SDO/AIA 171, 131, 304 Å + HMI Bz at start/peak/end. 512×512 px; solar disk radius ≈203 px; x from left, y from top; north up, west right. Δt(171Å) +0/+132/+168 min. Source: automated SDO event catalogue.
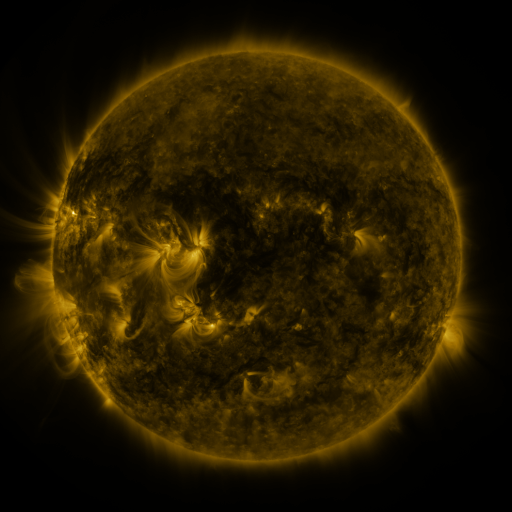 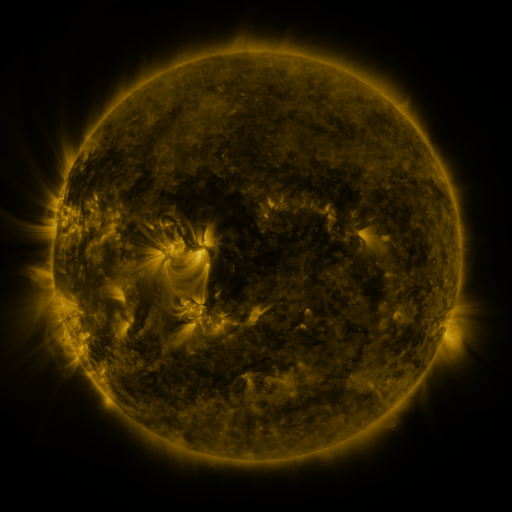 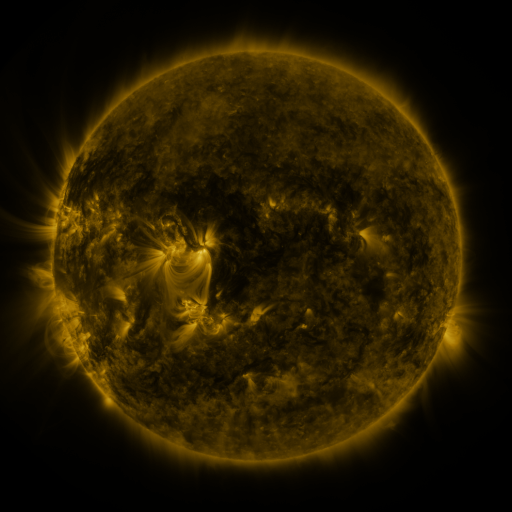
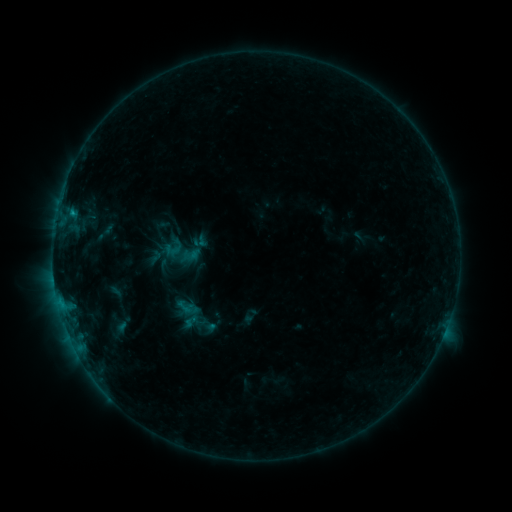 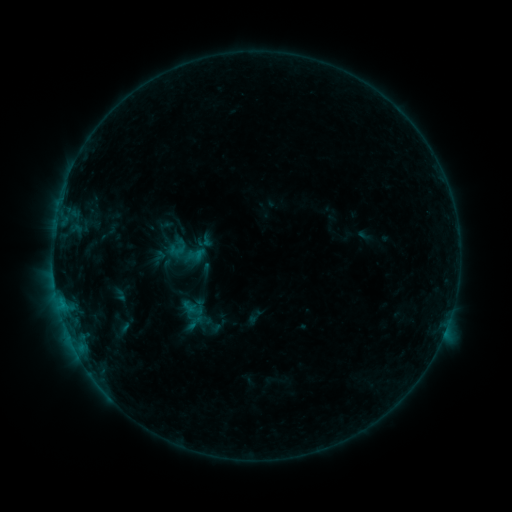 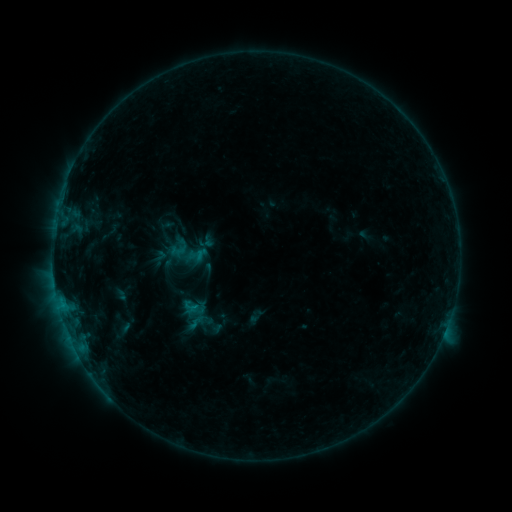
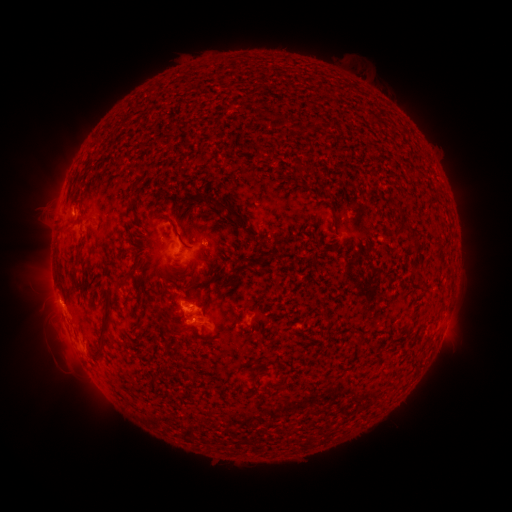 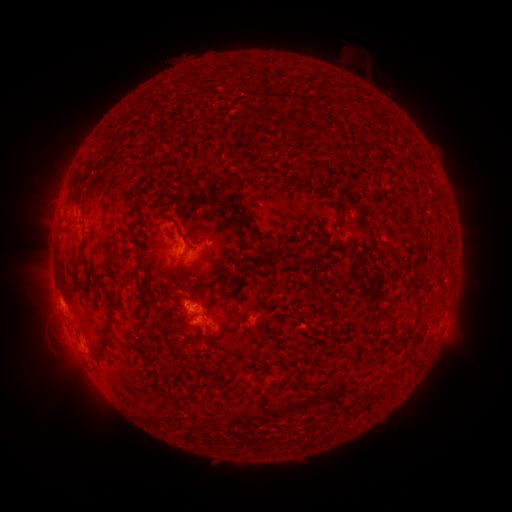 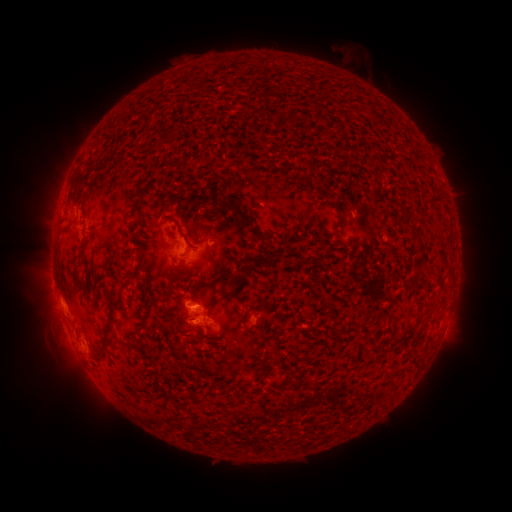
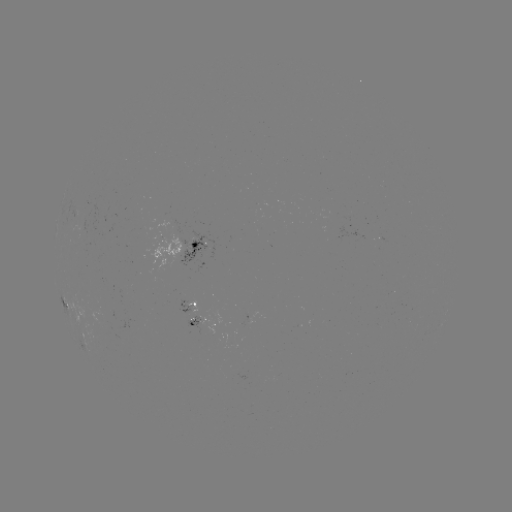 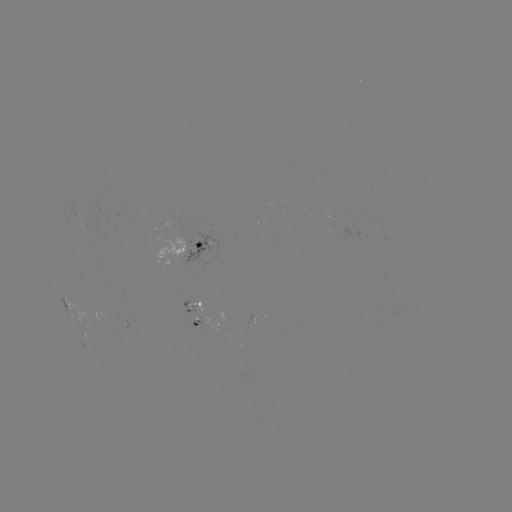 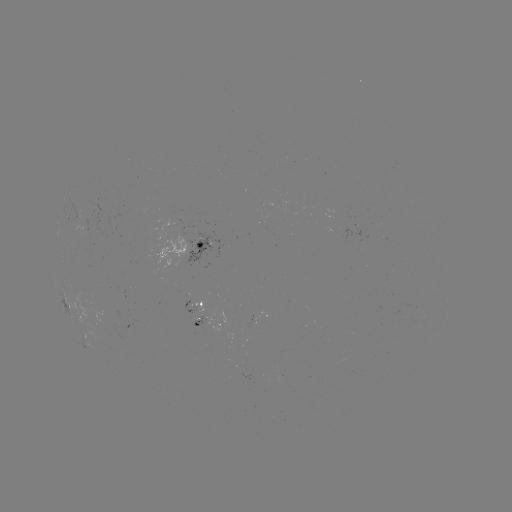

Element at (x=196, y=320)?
emerging-flux region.